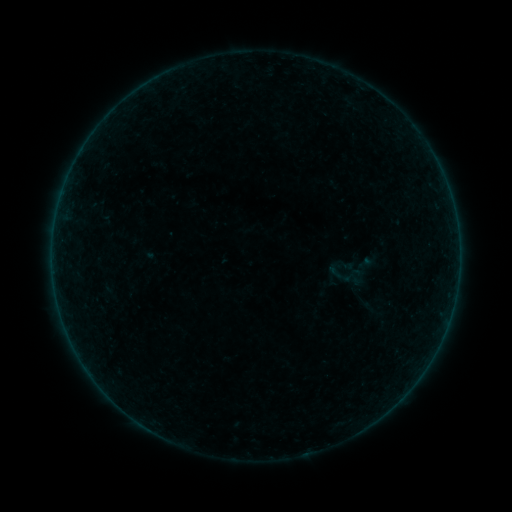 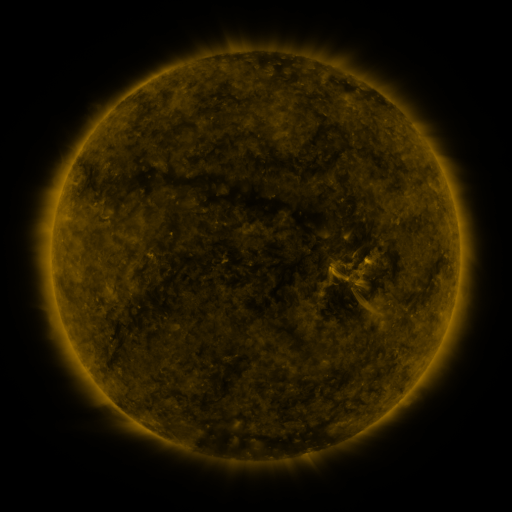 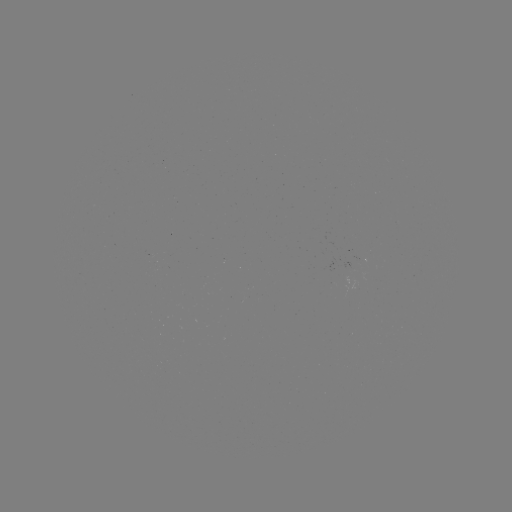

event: sigmoid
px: (373, 309)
